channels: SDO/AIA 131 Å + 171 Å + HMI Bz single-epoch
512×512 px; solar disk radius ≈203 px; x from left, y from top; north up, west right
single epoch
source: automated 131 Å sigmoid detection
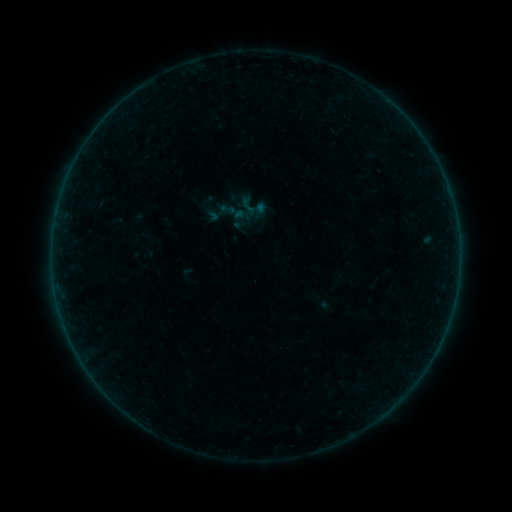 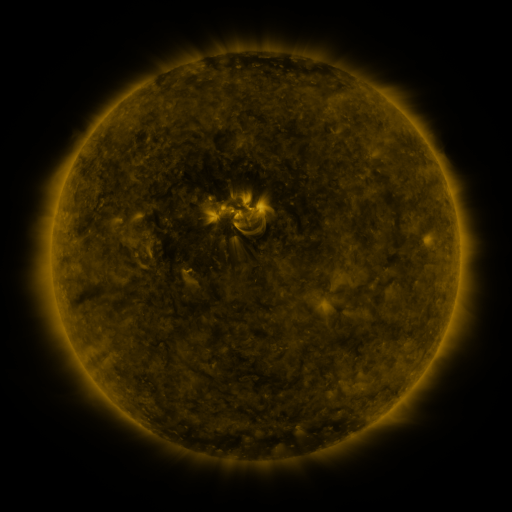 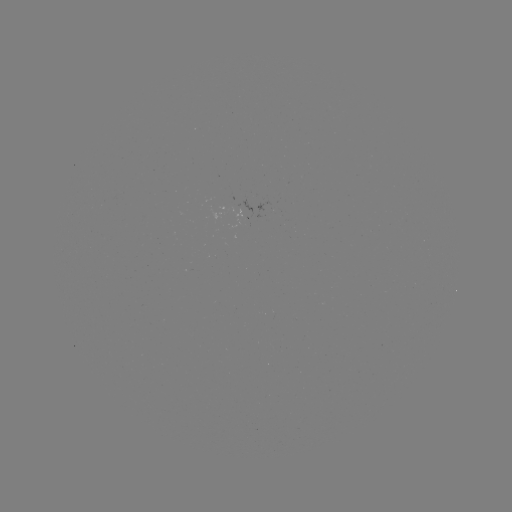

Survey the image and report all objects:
sigmoid: [238, 196, 259, 216]
sigmoid: [219, 201, 236, 217]
